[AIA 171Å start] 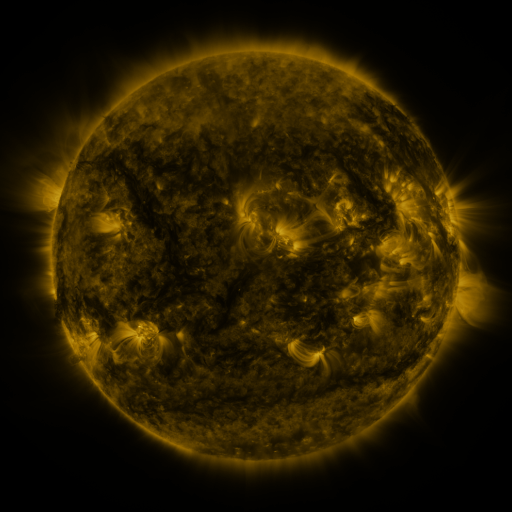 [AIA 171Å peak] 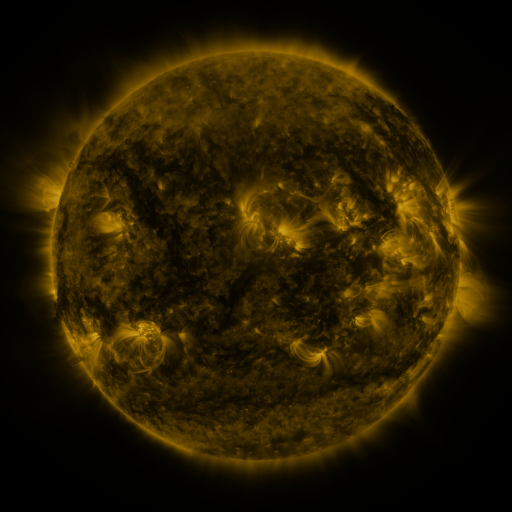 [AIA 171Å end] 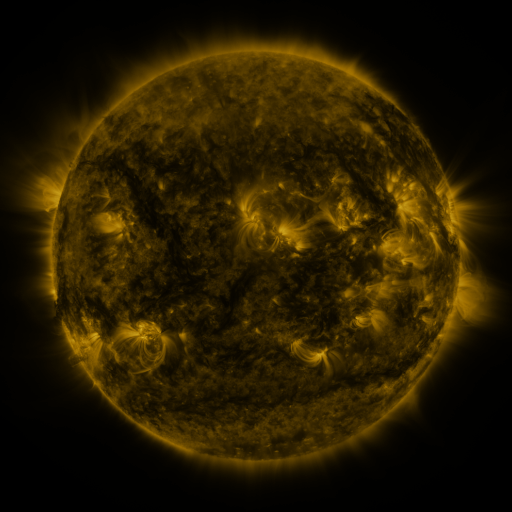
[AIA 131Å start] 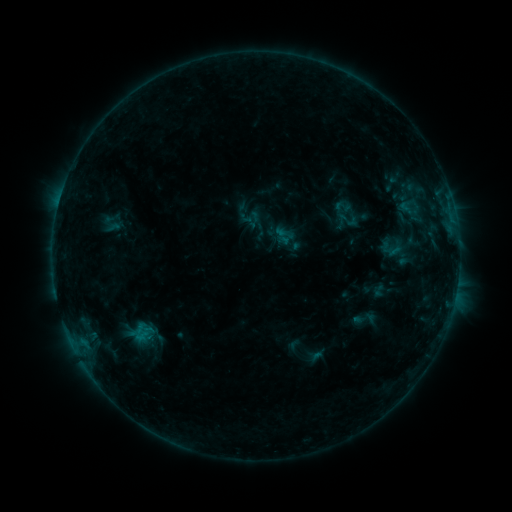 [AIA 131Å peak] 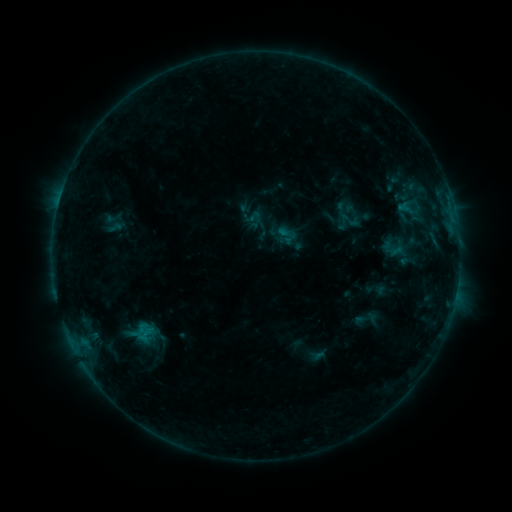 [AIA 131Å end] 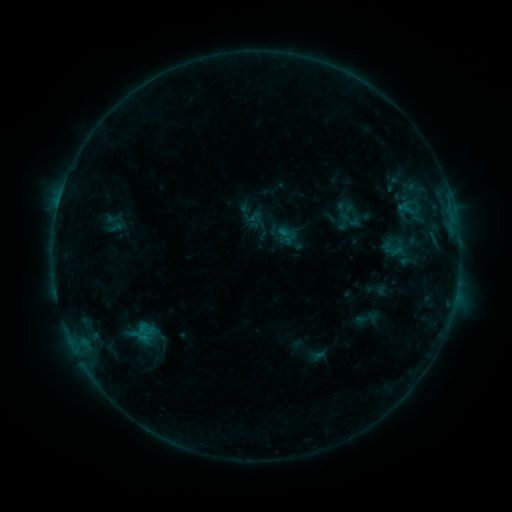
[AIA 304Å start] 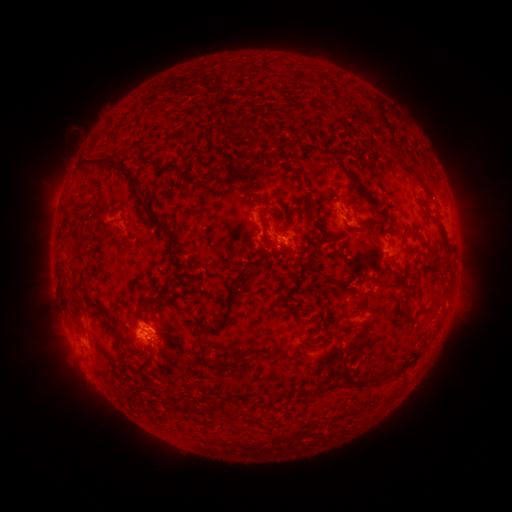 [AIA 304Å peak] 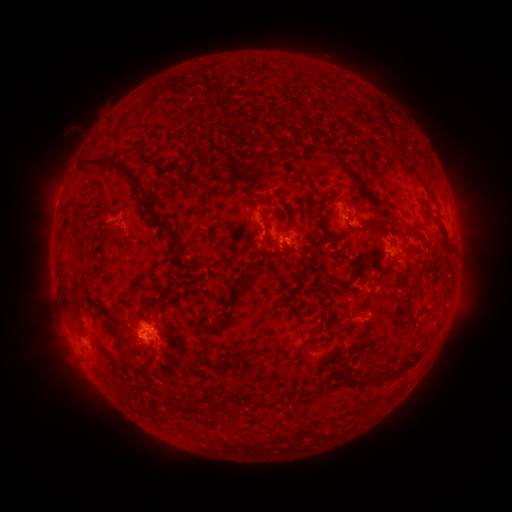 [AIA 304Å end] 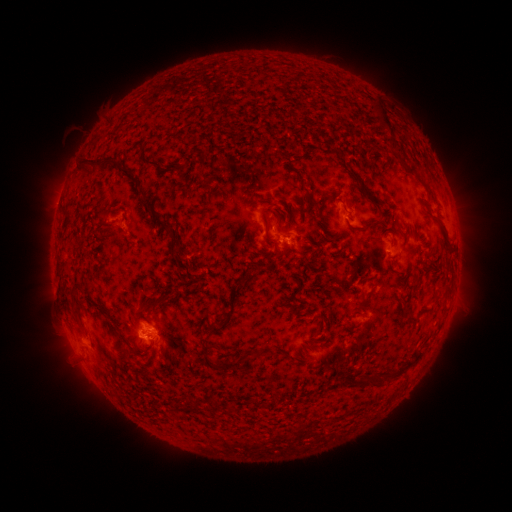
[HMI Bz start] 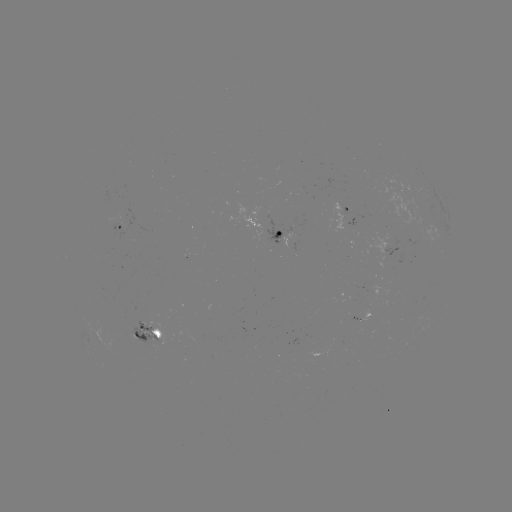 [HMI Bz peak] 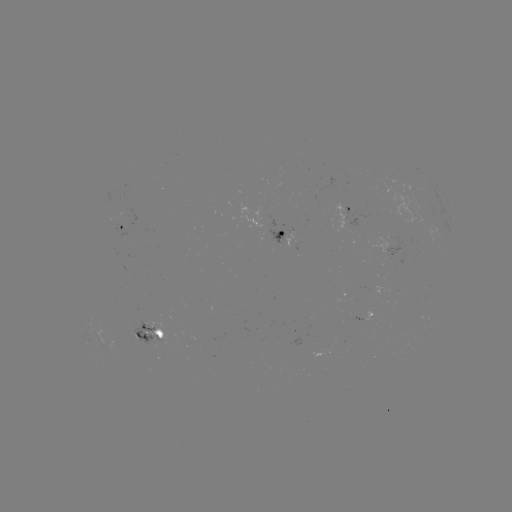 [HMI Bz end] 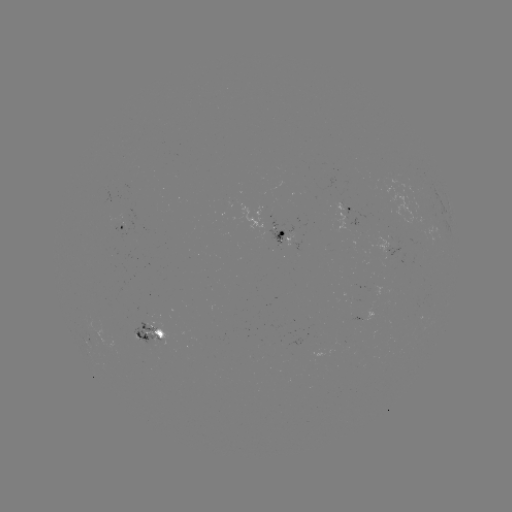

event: emerging-flux region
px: (146, 333)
